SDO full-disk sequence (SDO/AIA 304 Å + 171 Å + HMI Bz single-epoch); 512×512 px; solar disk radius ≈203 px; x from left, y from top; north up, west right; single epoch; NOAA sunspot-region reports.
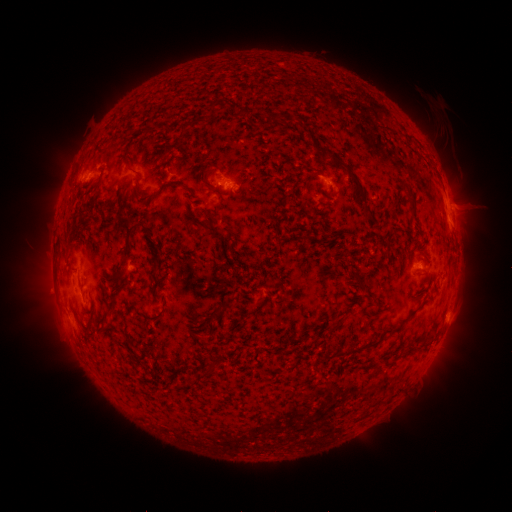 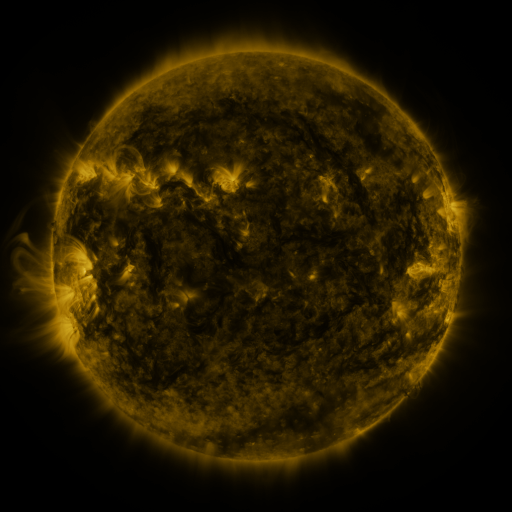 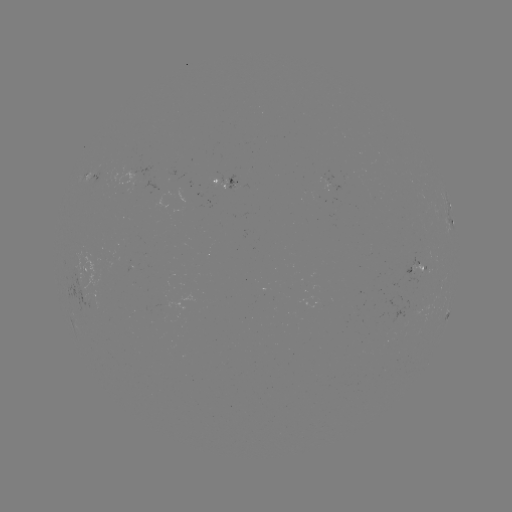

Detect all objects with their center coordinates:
spotted active region: (100, 176)
spotted active region: (228, 183)
spotted active region: (450, 215)
spotted active region: (415, 265)
spotted active region: (90, 266)
spotted active region: (444, 320)
